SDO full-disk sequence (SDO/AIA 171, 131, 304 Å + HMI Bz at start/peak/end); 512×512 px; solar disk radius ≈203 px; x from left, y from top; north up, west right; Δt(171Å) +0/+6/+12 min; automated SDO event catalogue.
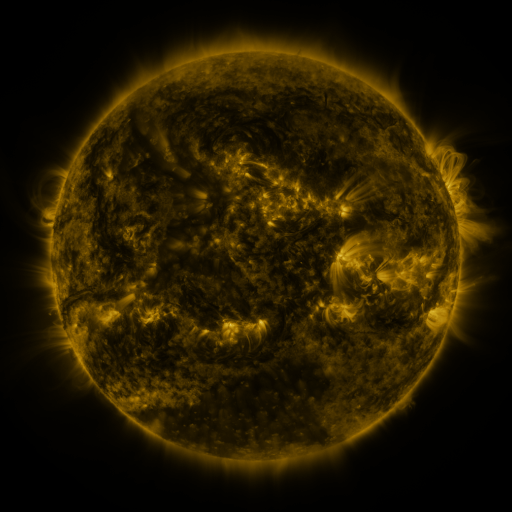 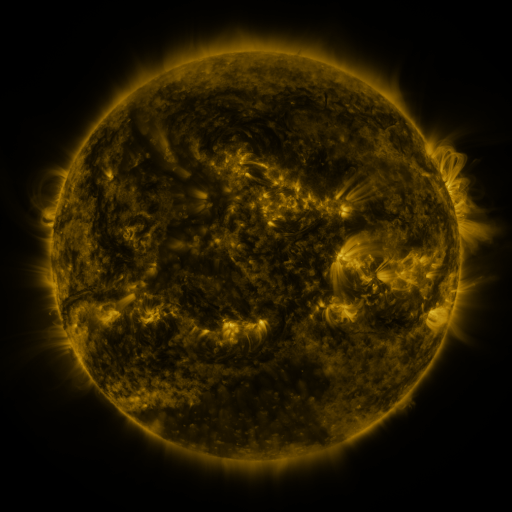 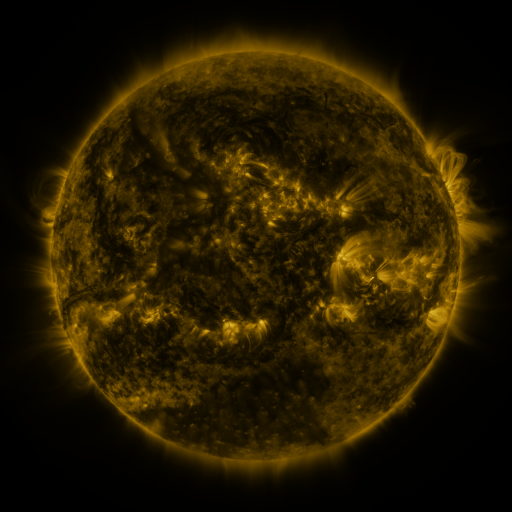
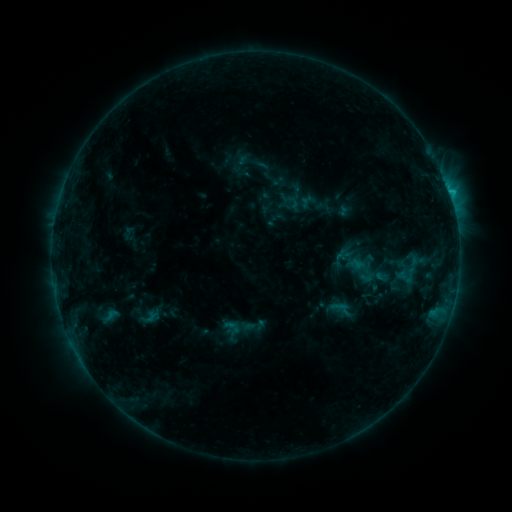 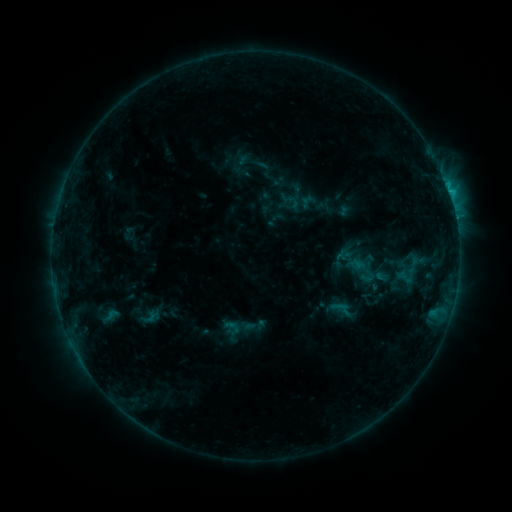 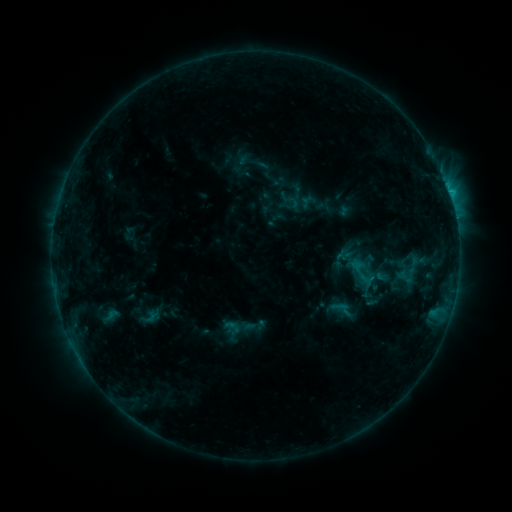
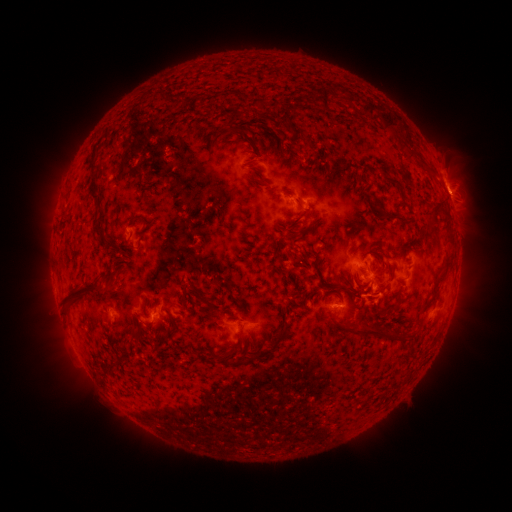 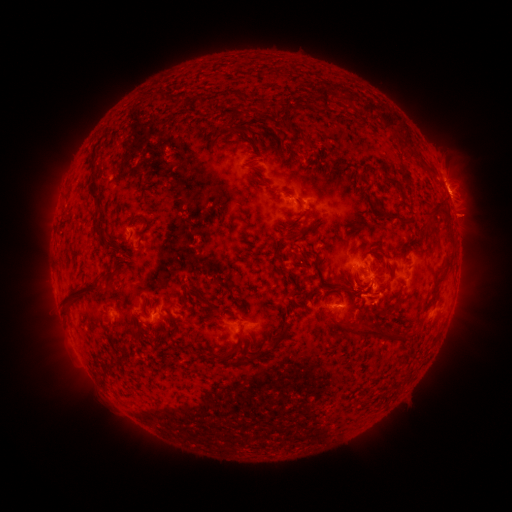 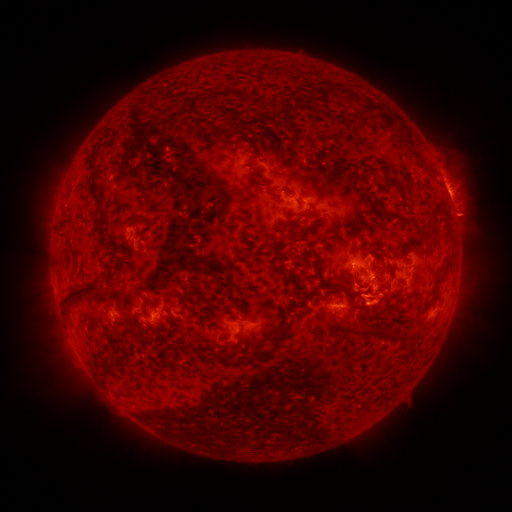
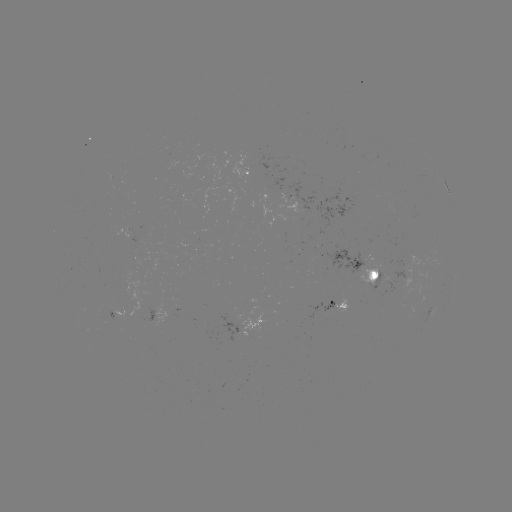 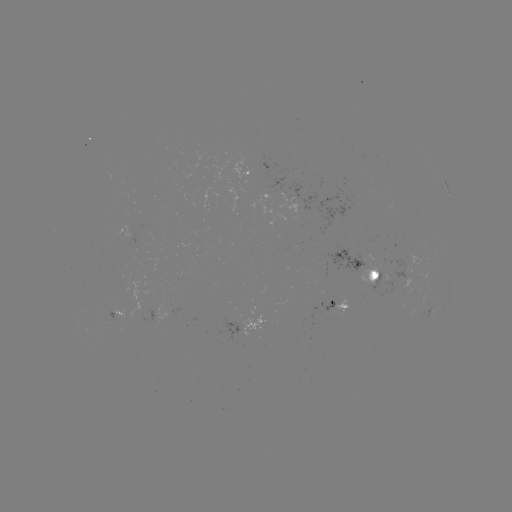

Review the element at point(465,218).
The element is eruption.